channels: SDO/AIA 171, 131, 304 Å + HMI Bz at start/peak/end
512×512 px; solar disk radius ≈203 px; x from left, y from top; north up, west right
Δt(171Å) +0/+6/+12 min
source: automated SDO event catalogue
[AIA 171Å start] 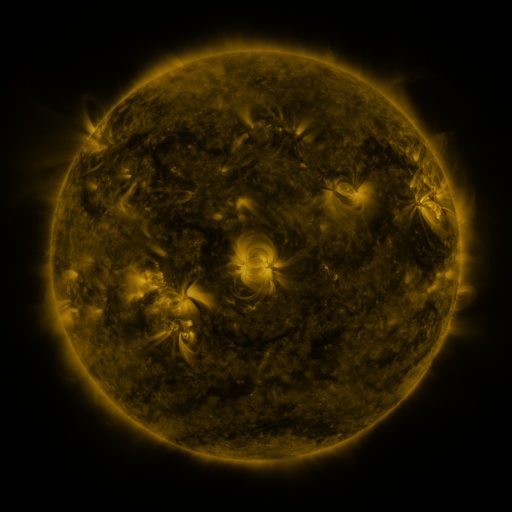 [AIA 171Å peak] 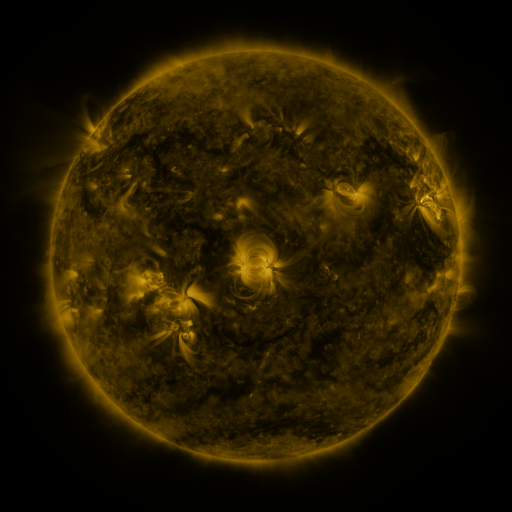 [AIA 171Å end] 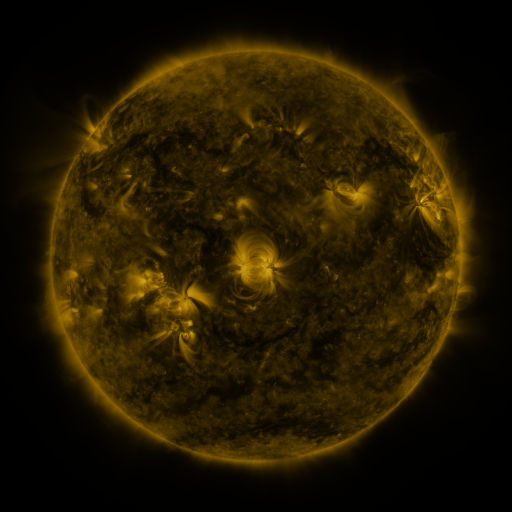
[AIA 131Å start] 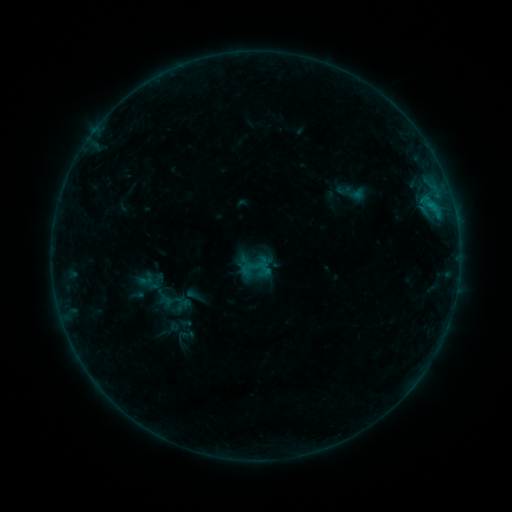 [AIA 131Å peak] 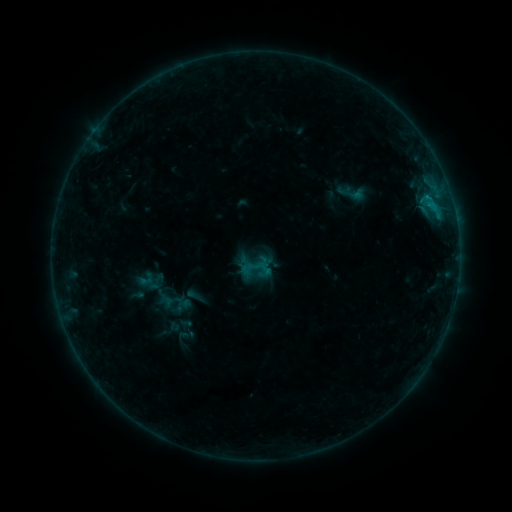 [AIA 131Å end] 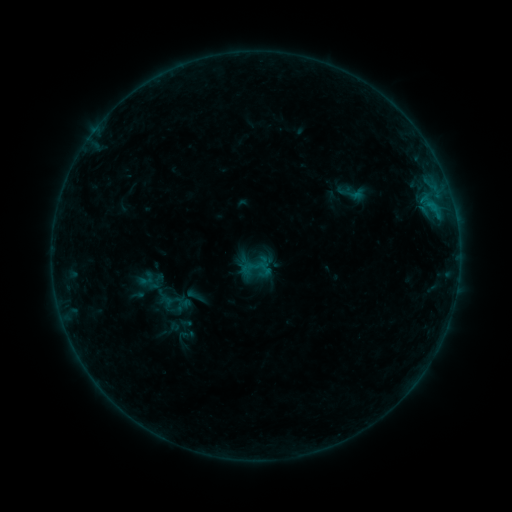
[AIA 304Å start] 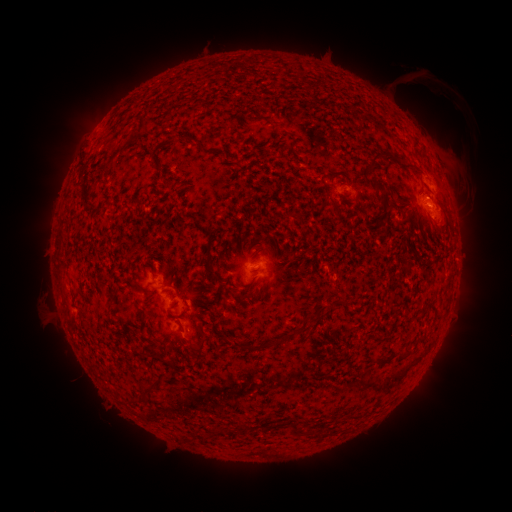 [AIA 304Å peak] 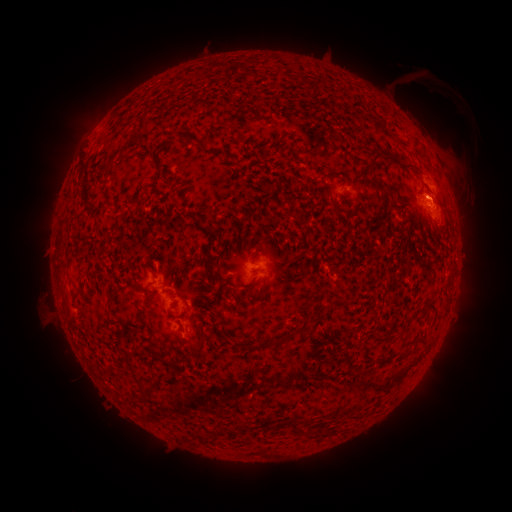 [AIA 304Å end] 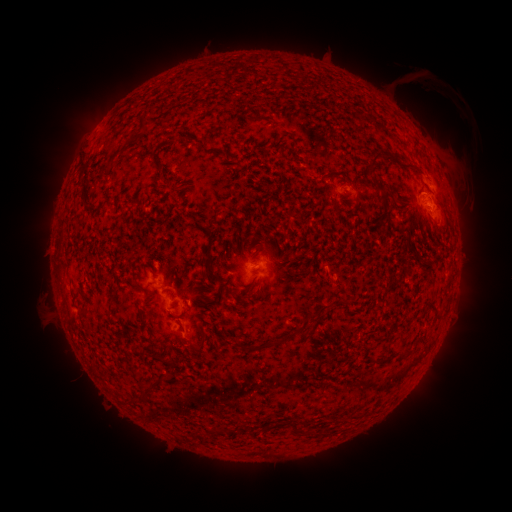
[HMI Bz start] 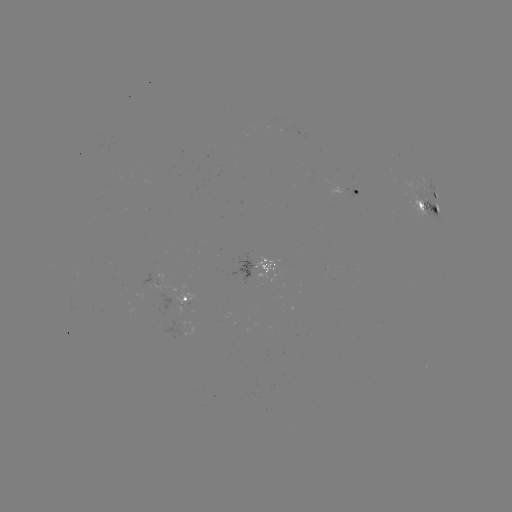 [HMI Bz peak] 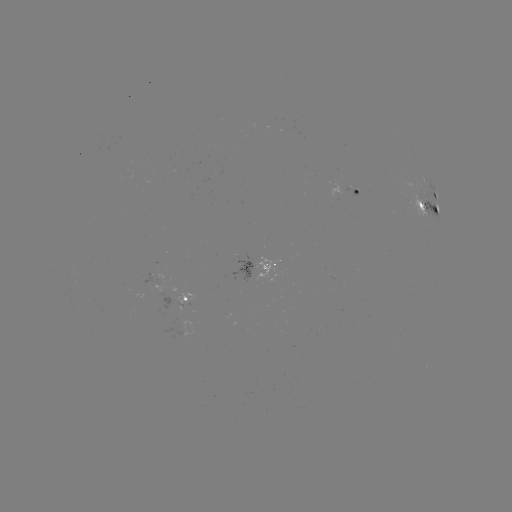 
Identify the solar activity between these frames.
no catalogued flare and no flagged EUV brightening in this window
